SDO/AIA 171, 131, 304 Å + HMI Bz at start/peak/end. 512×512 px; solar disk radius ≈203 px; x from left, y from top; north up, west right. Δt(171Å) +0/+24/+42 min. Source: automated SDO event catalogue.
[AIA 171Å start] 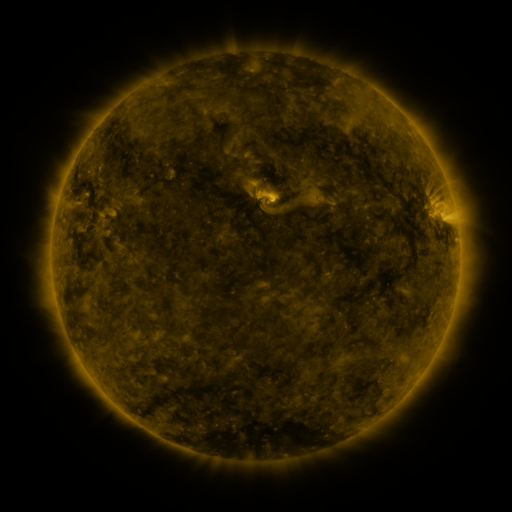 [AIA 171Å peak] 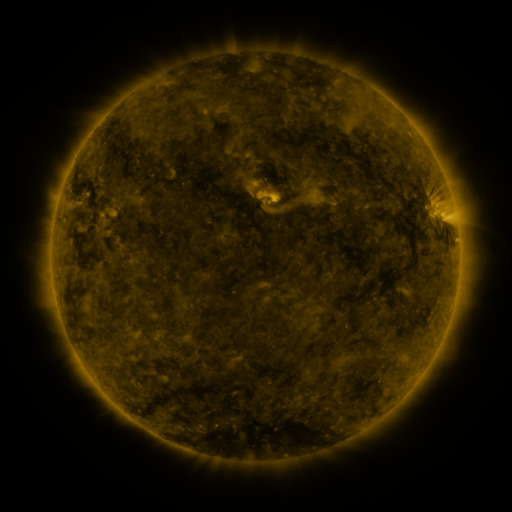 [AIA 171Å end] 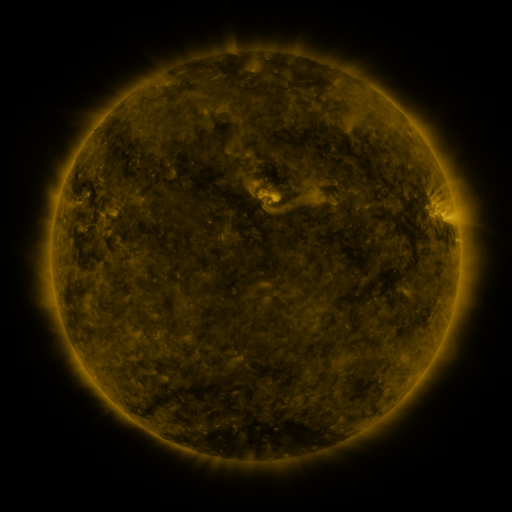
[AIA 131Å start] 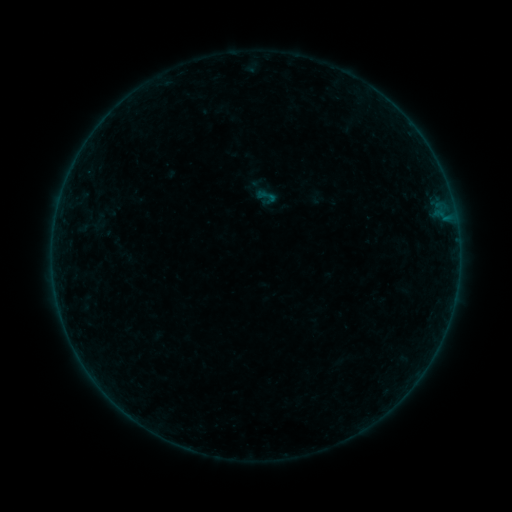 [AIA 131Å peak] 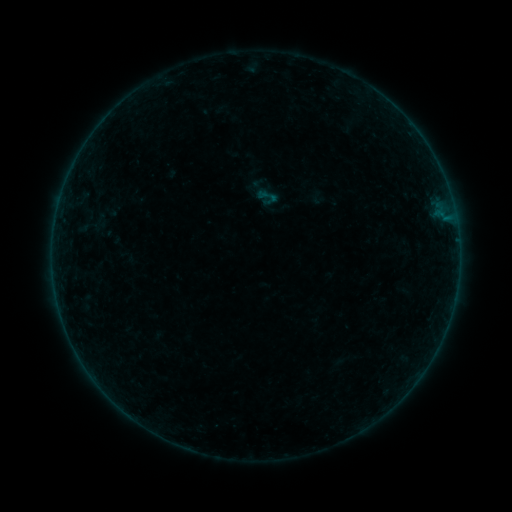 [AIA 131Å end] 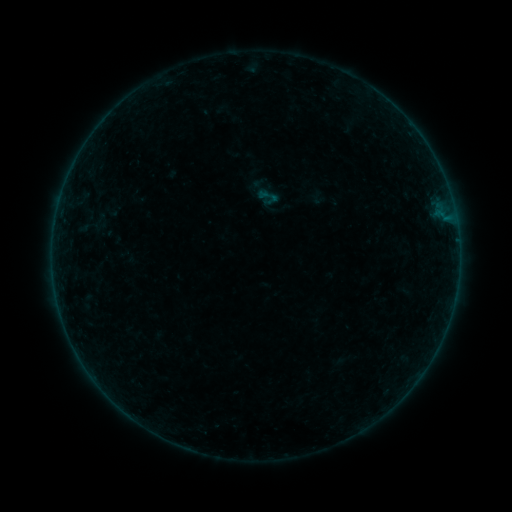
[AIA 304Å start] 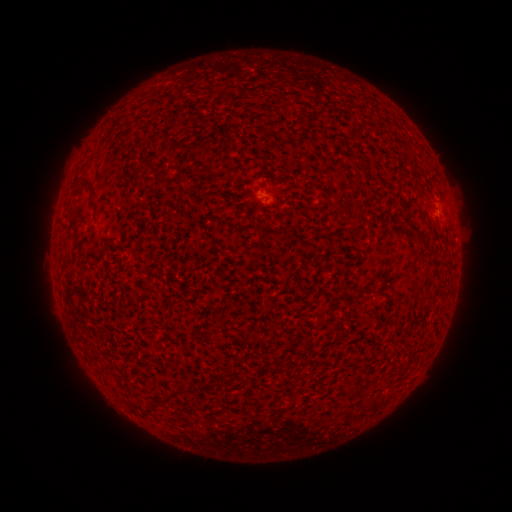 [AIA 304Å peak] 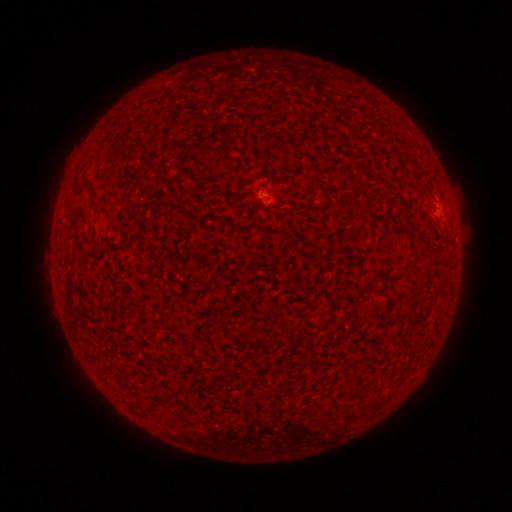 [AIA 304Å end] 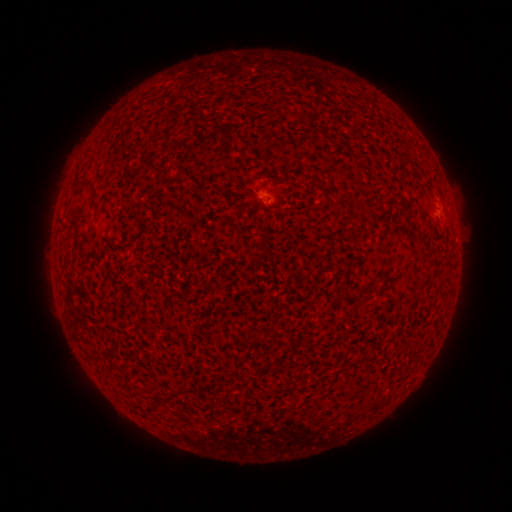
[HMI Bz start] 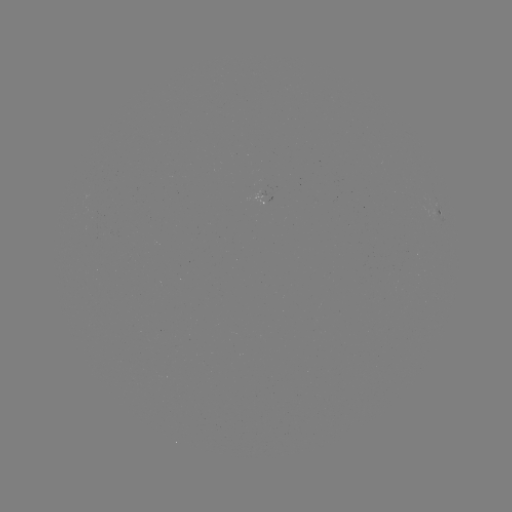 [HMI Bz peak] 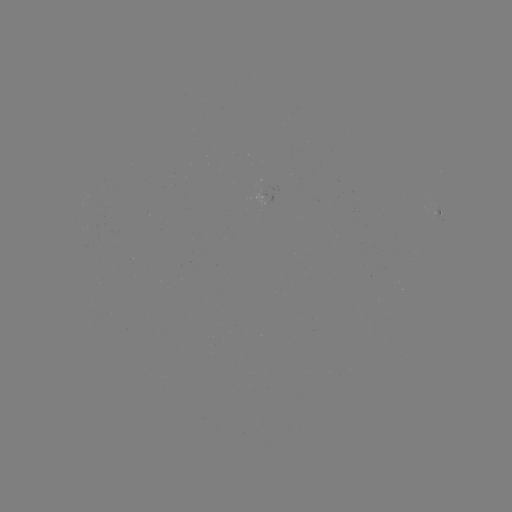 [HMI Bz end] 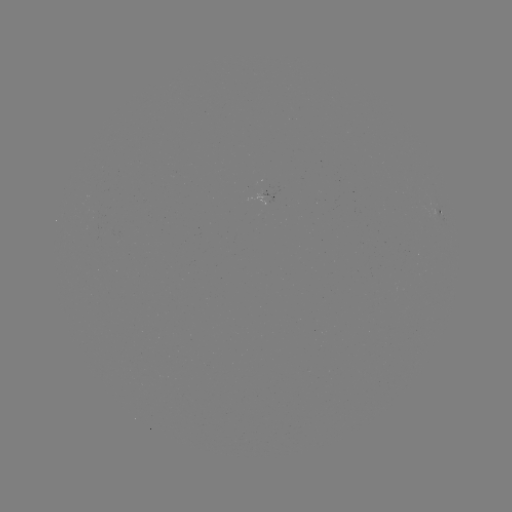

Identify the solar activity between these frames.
no flare in any classed list; no EUV-trigger detection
